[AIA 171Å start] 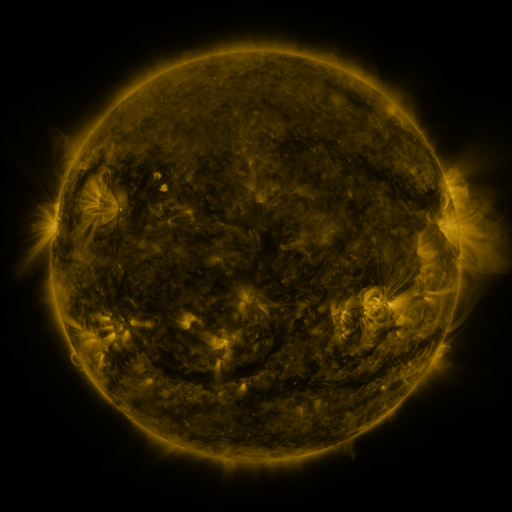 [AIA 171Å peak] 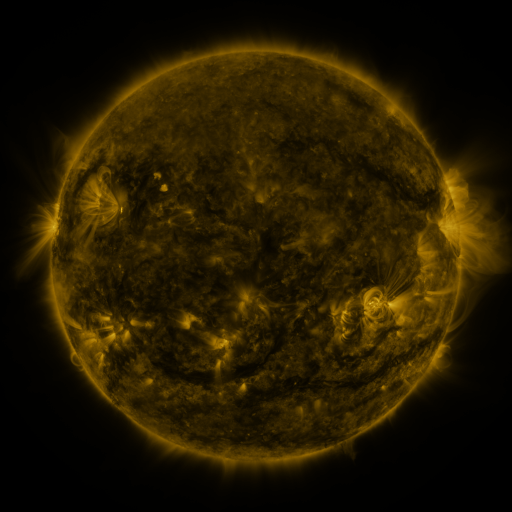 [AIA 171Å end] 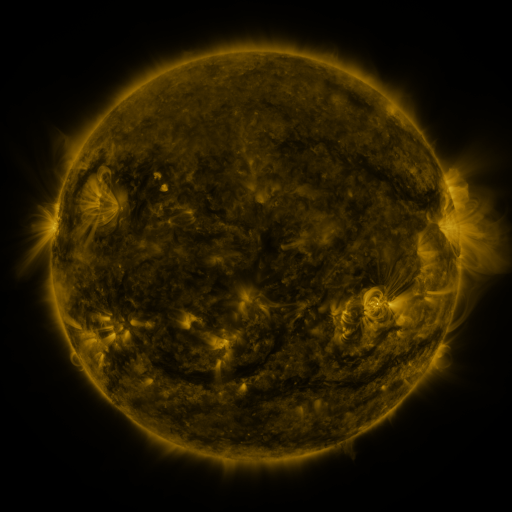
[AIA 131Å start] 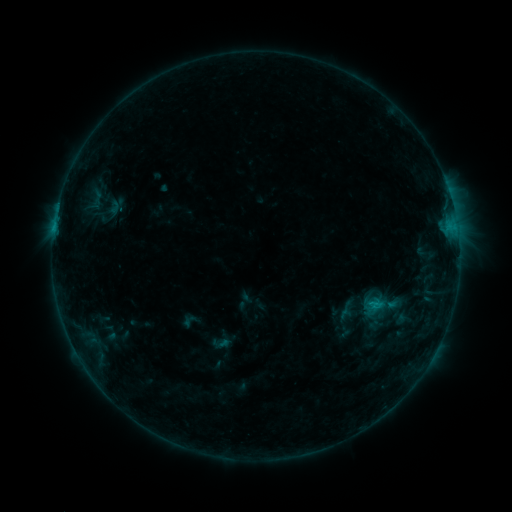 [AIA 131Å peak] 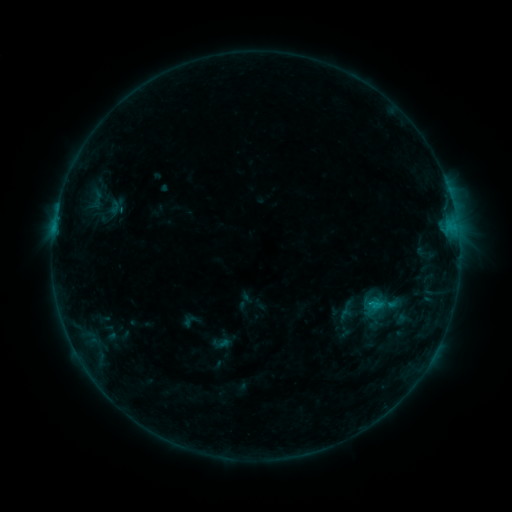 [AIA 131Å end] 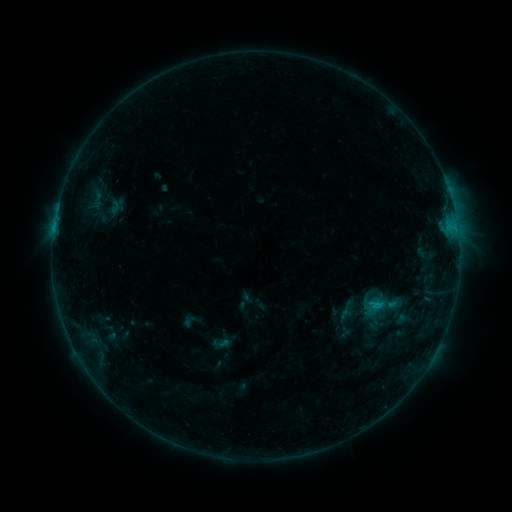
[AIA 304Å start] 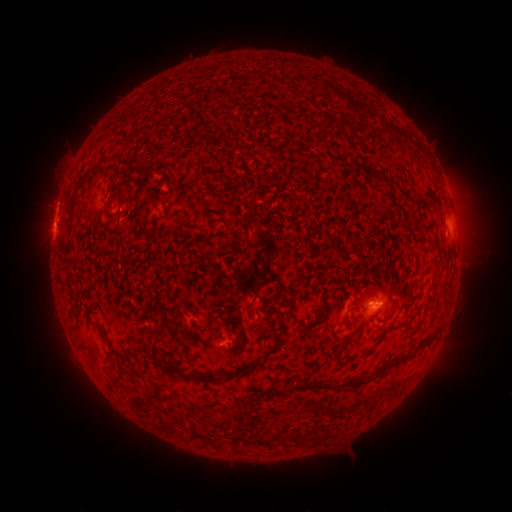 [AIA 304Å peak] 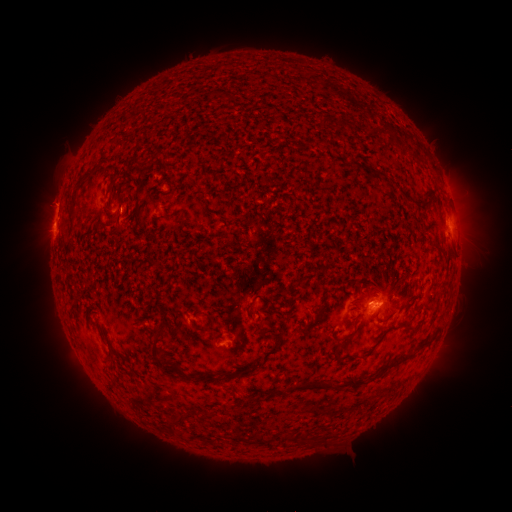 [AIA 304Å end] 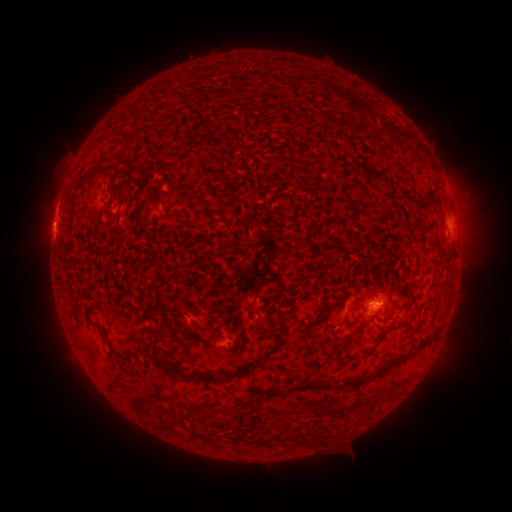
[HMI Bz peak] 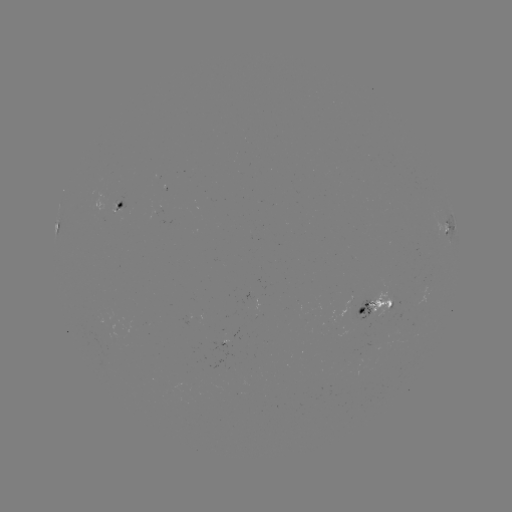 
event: eruption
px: (53, 201)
